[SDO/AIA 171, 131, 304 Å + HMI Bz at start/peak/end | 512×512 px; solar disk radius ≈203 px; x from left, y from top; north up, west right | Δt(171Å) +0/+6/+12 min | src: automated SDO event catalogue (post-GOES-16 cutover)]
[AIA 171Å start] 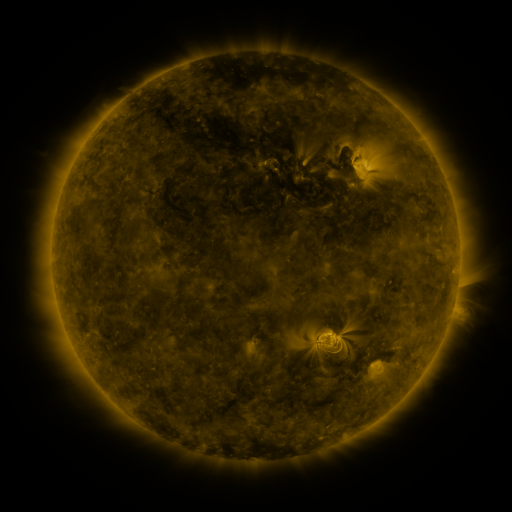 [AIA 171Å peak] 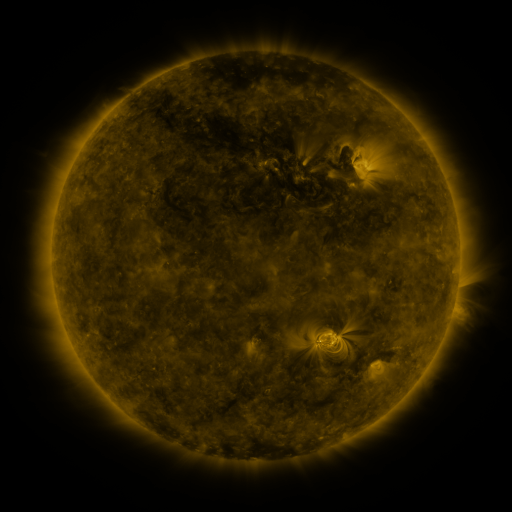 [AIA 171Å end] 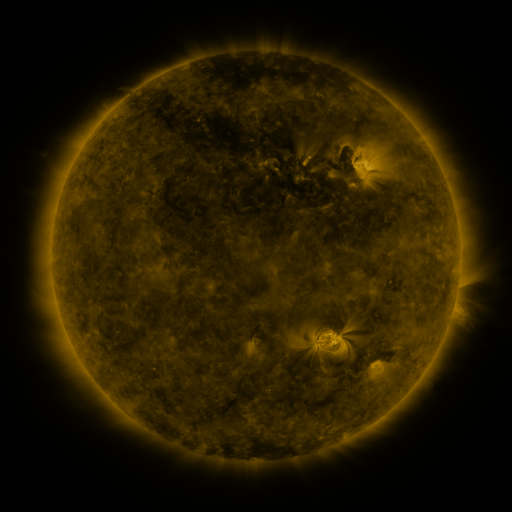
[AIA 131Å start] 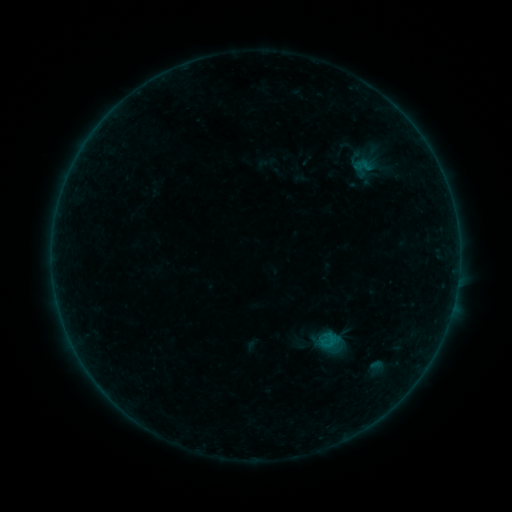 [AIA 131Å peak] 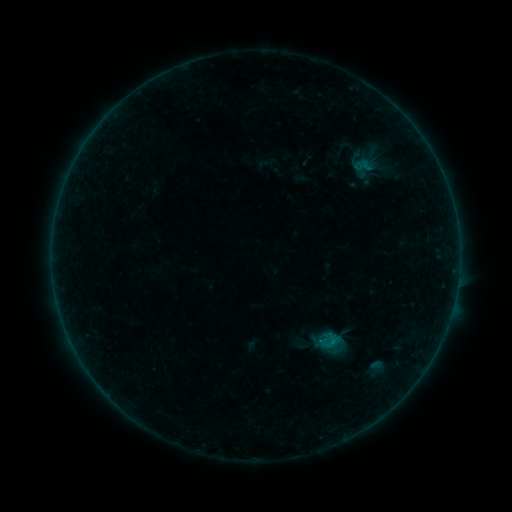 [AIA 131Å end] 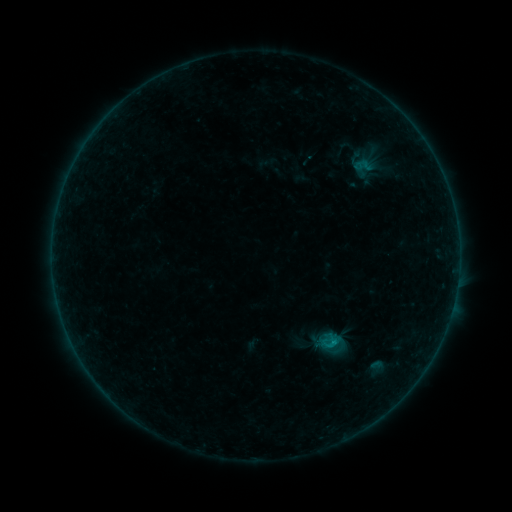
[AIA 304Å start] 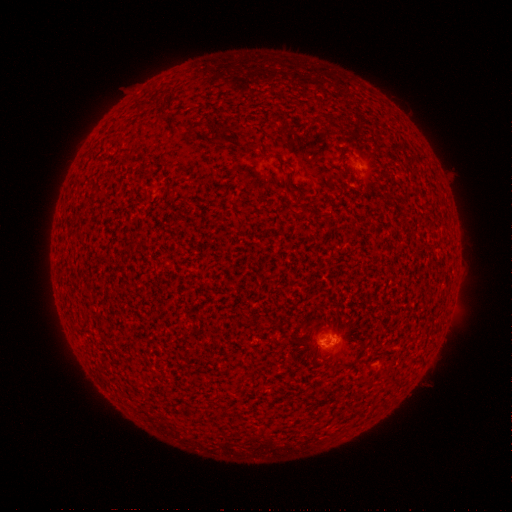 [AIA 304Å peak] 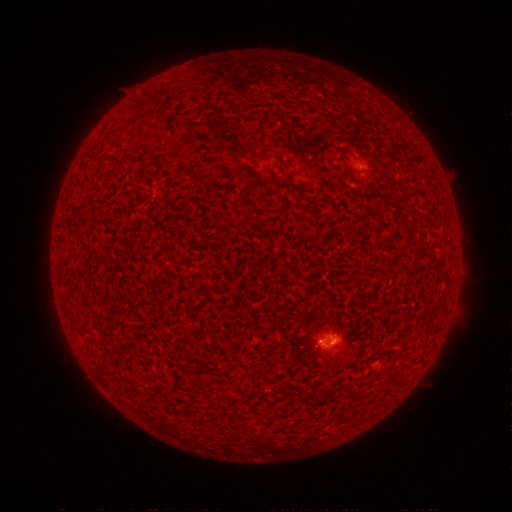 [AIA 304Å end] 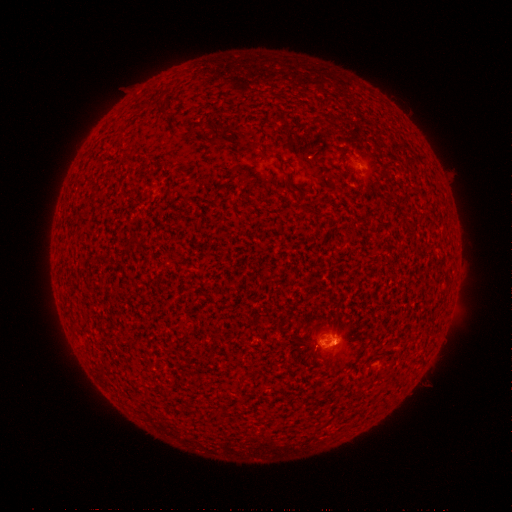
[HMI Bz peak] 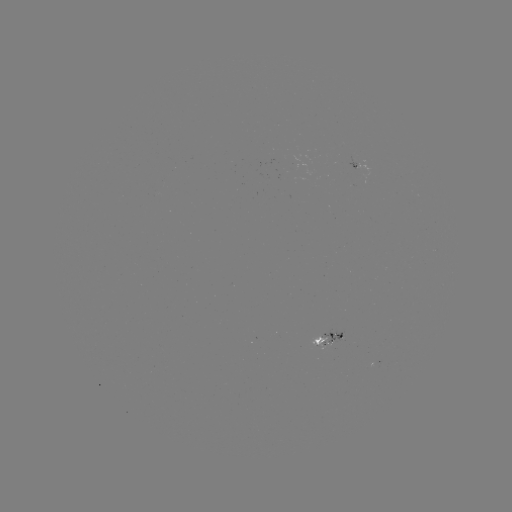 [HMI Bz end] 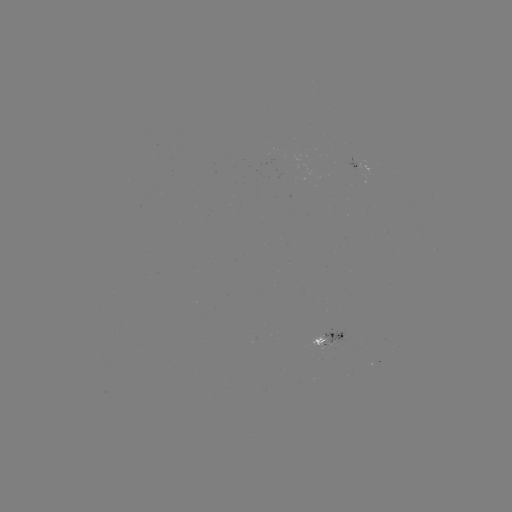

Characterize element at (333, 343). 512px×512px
B4.7 flare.